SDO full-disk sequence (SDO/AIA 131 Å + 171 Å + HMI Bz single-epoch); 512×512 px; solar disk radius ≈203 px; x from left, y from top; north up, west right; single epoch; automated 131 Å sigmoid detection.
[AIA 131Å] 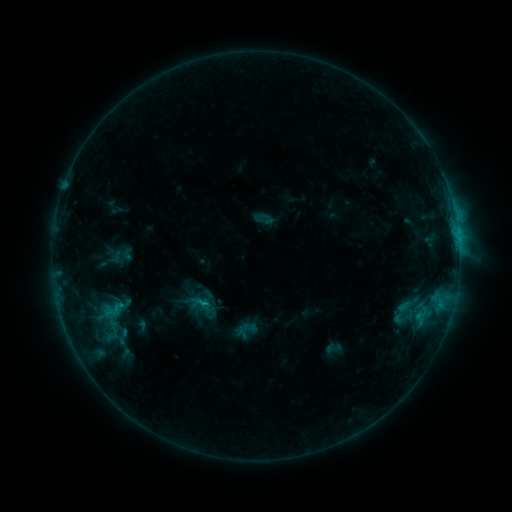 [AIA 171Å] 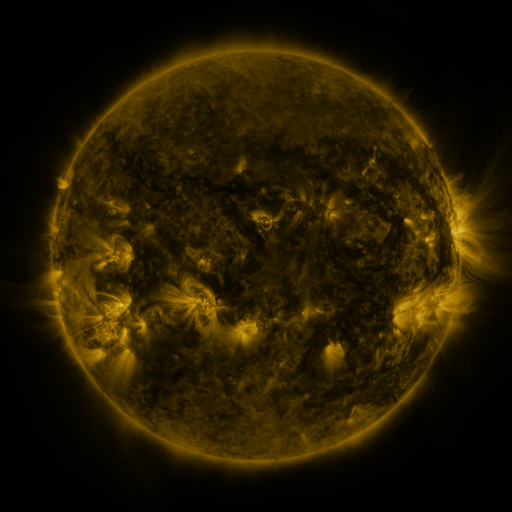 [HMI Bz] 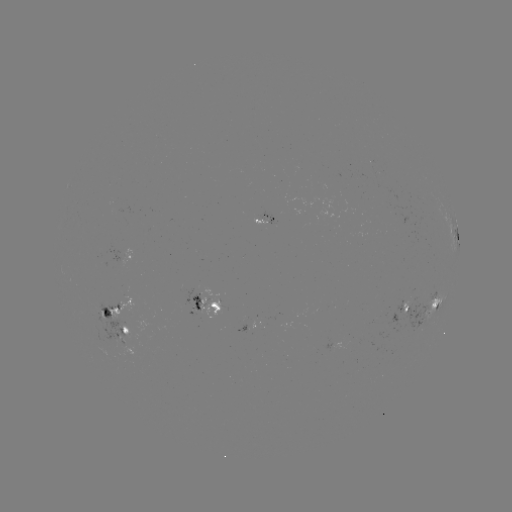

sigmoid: <bbox>95, 293, 132, 326</bbox>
